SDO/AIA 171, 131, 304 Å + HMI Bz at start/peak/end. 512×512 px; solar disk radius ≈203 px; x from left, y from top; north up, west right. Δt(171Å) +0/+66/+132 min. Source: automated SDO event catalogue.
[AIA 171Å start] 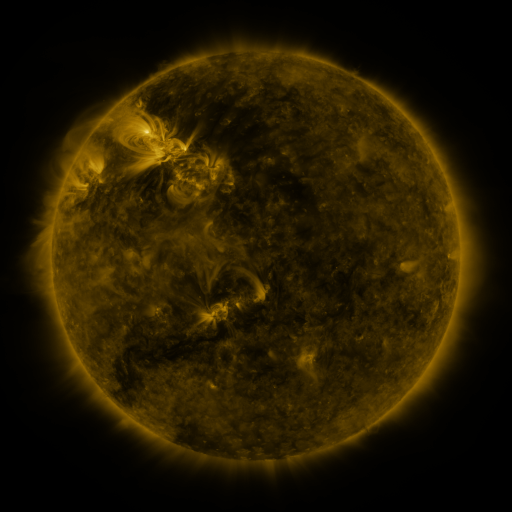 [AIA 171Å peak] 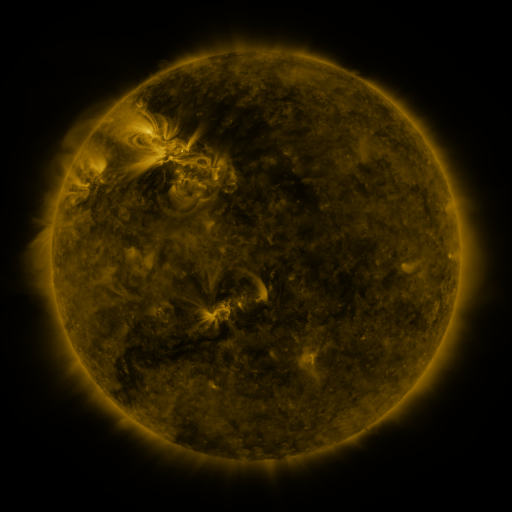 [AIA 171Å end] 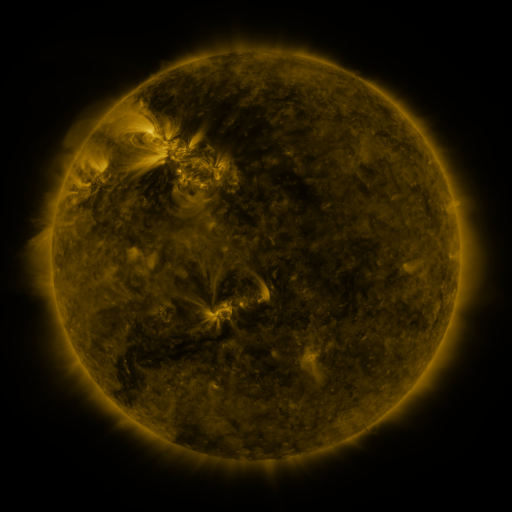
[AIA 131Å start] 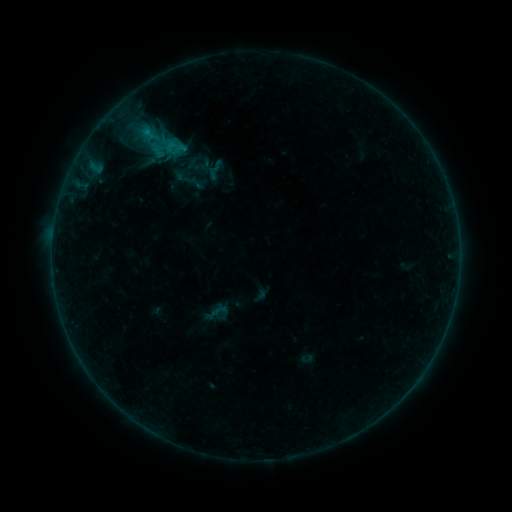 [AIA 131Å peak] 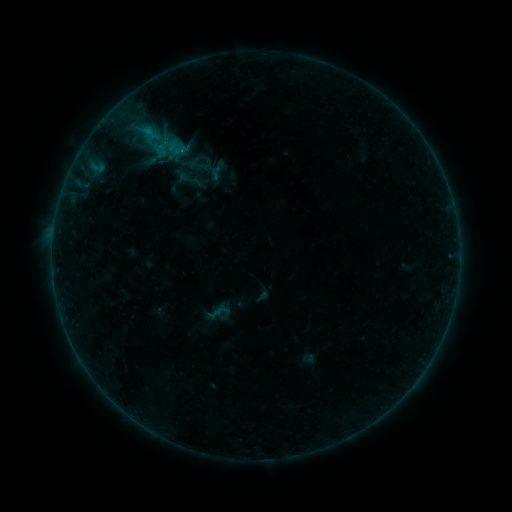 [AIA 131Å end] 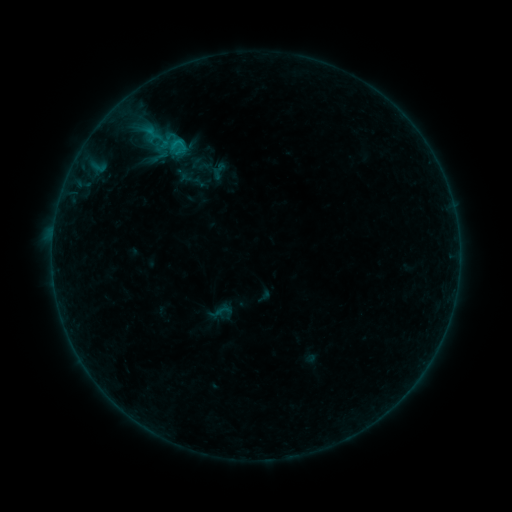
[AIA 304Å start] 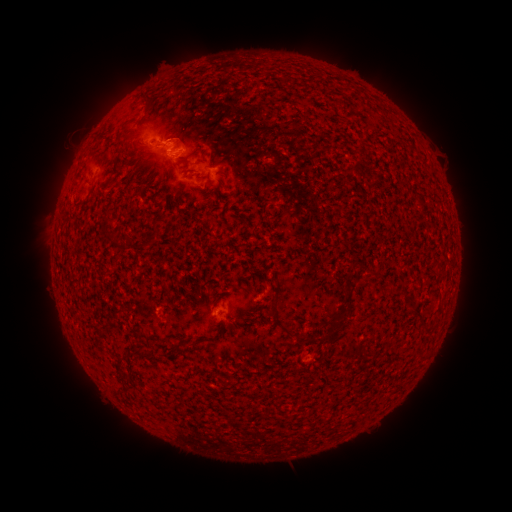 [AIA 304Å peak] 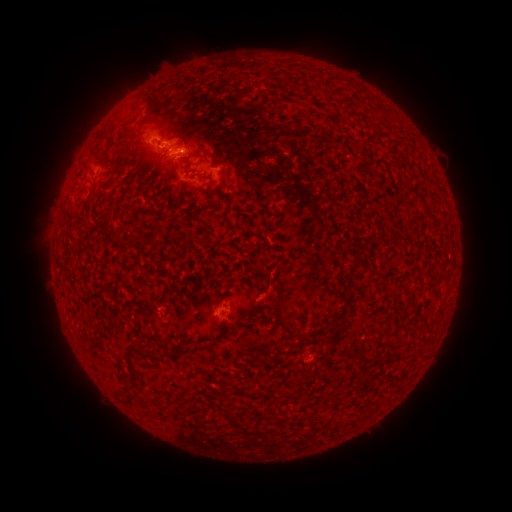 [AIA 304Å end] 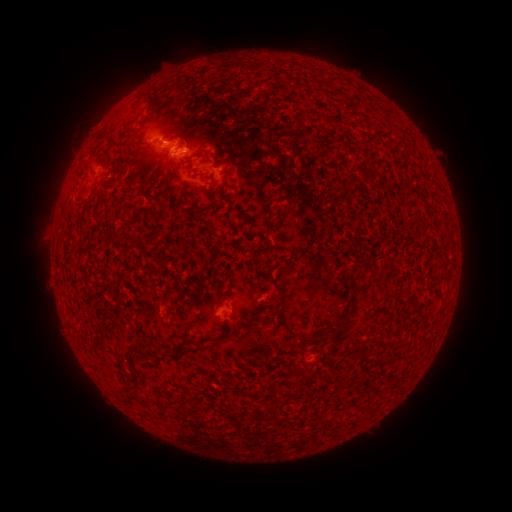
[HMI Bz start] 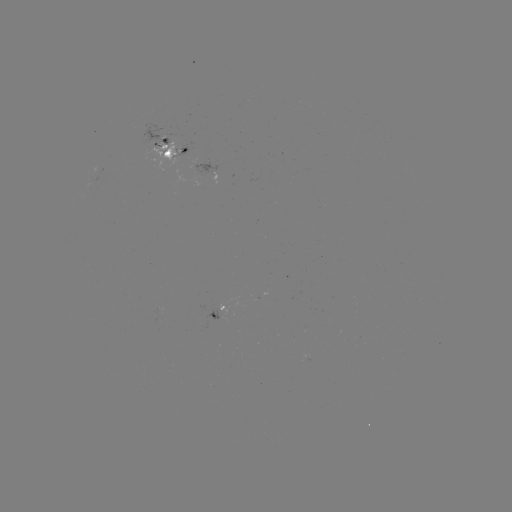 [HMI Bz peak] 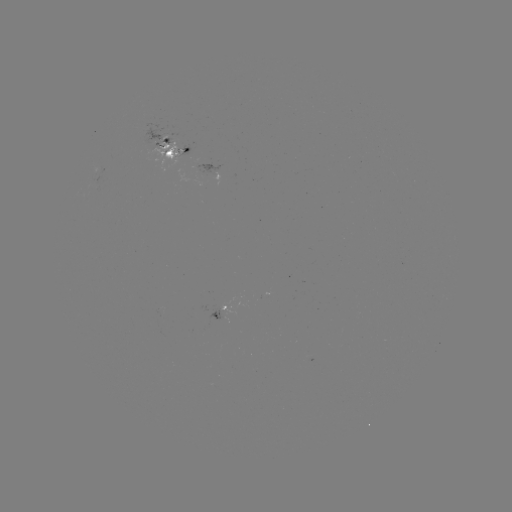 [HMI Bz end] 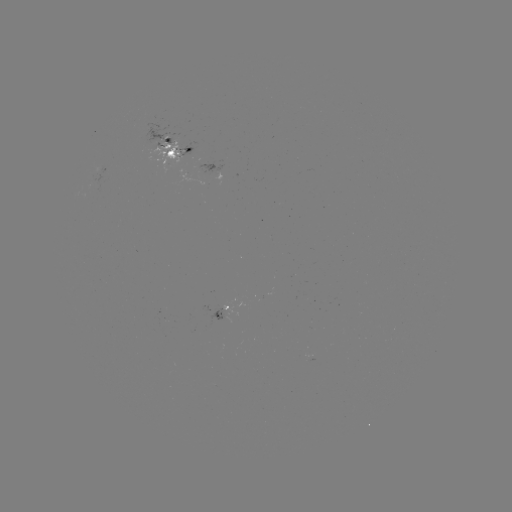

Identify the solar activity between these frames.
emerging-flux region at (182, 156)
